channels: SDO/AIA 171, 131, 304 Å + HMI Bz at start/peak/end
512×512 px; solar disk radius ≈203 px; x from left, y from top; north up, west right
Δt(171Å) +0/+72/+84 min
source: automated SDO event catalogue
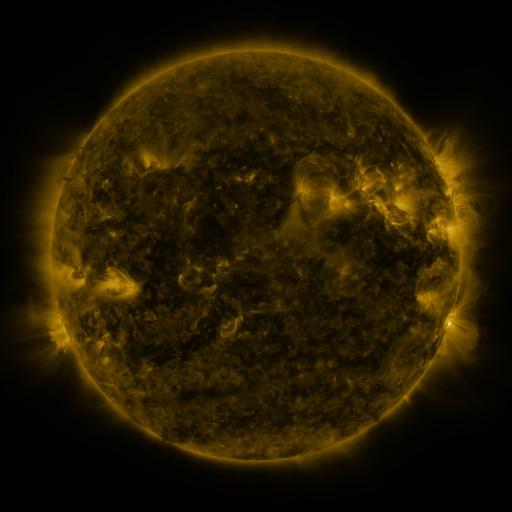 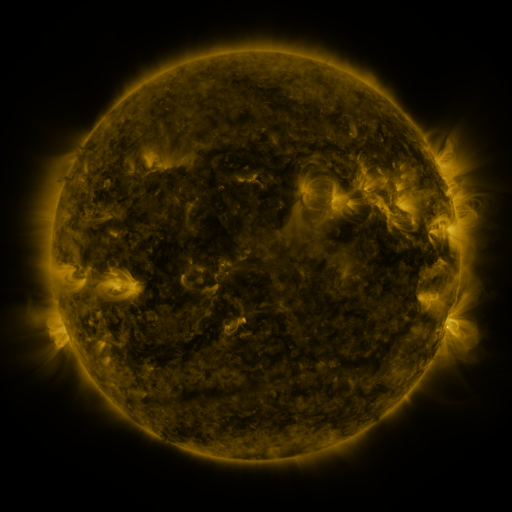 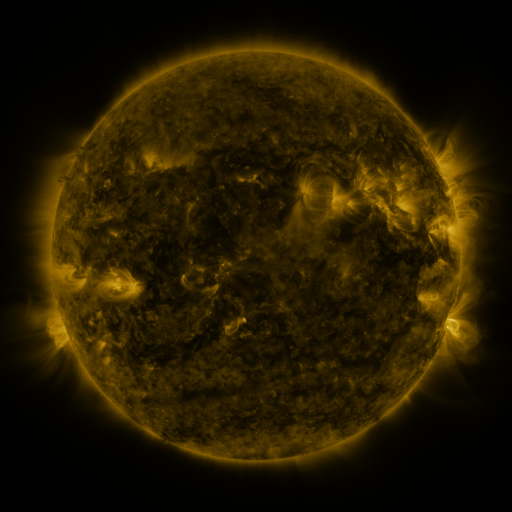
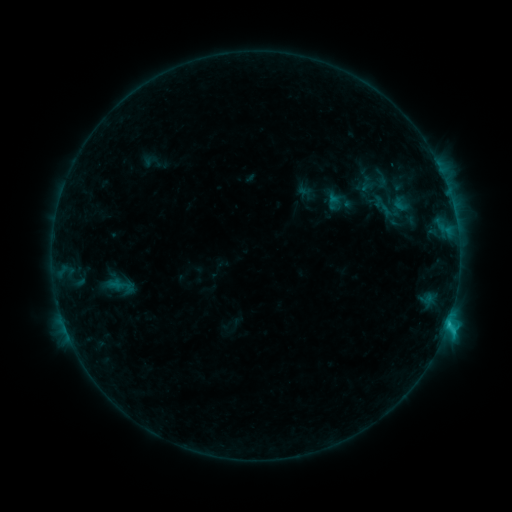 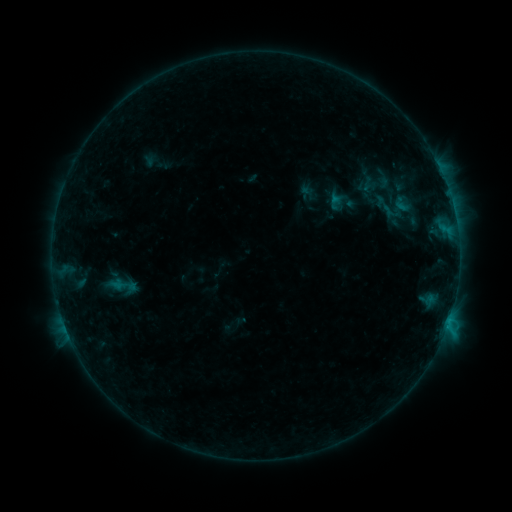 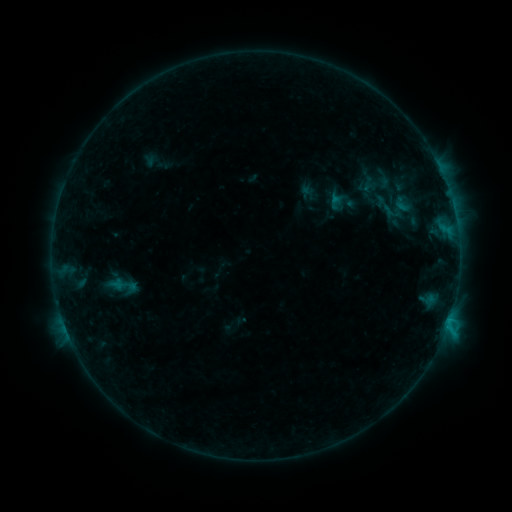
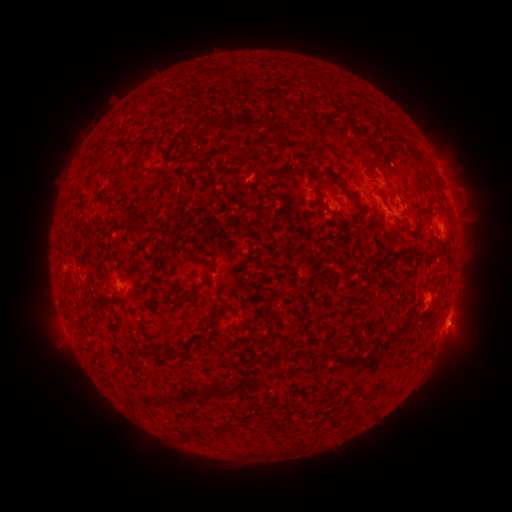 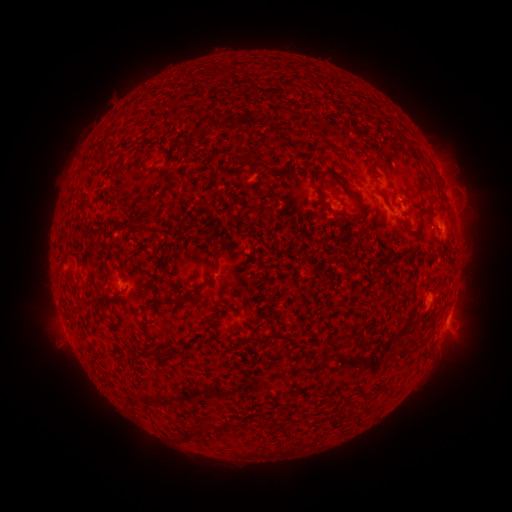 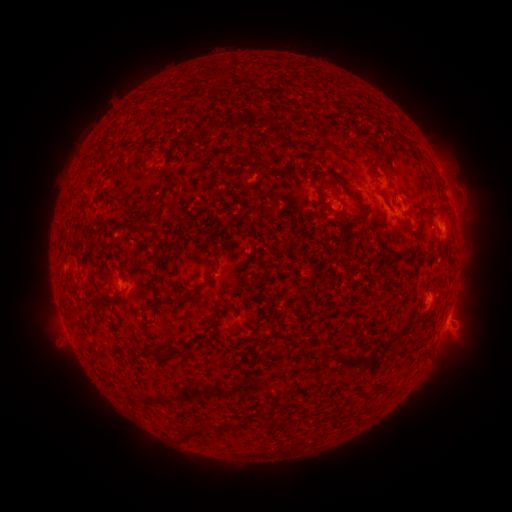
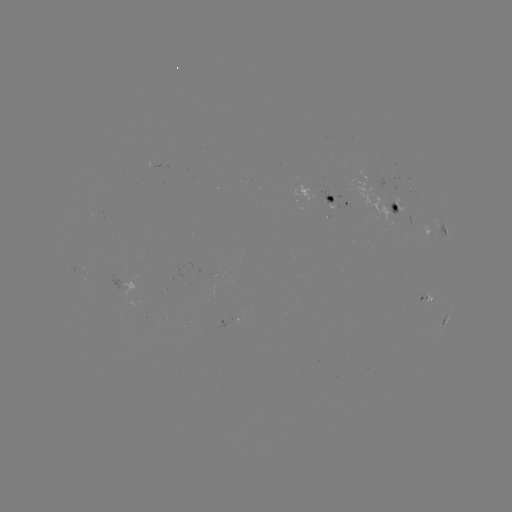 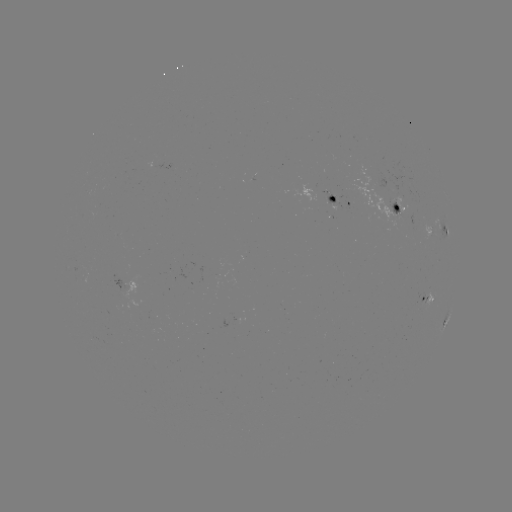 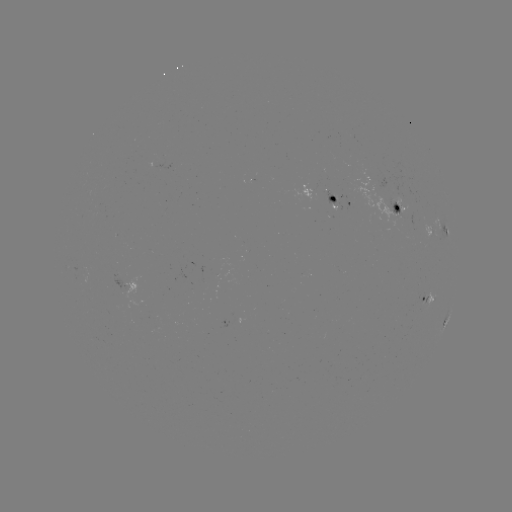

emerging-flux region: [398, 181, 405, 191]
